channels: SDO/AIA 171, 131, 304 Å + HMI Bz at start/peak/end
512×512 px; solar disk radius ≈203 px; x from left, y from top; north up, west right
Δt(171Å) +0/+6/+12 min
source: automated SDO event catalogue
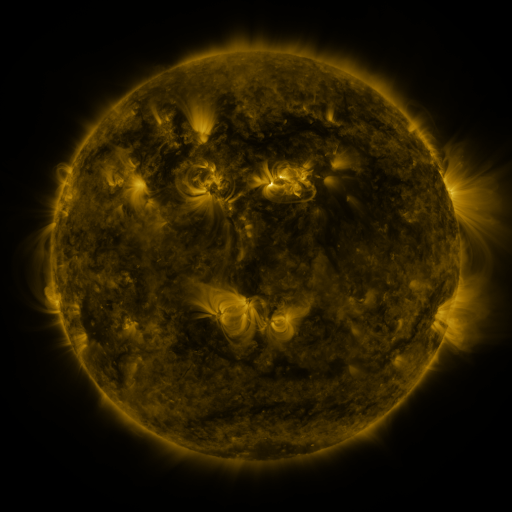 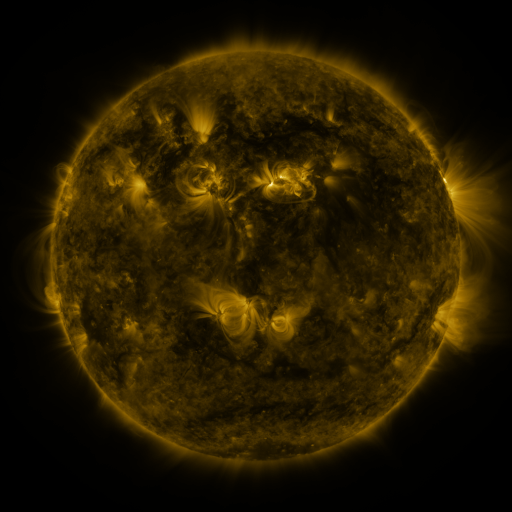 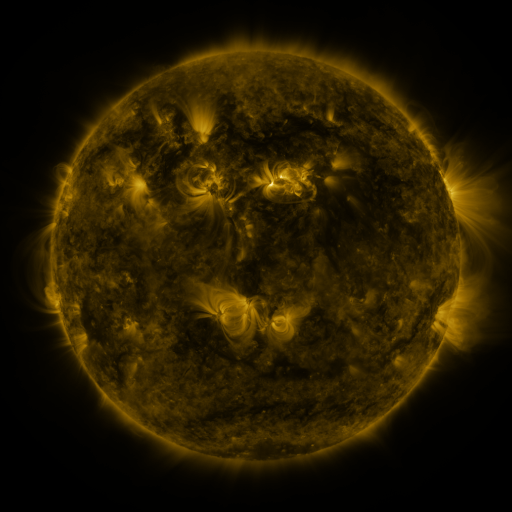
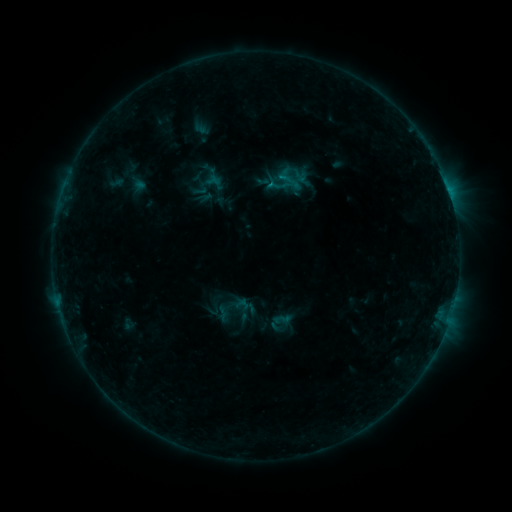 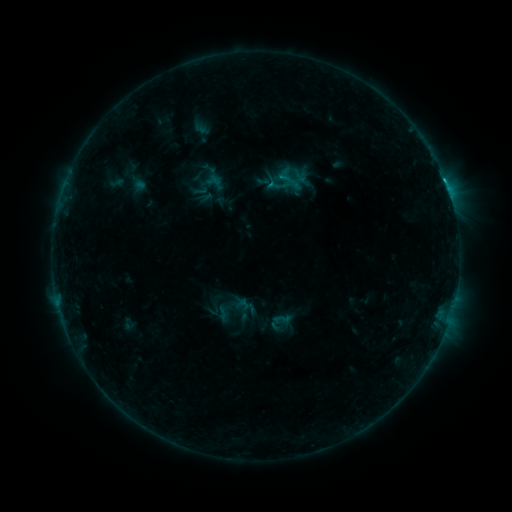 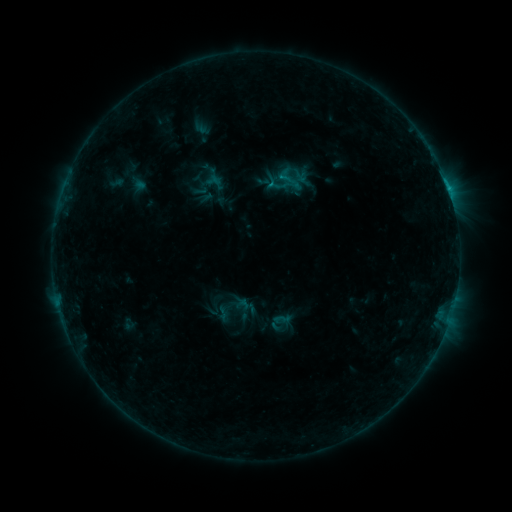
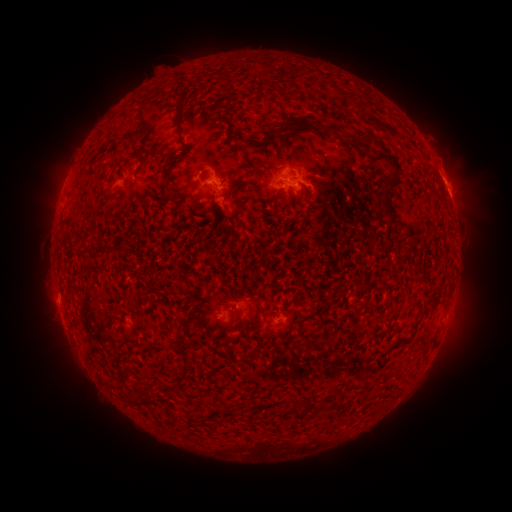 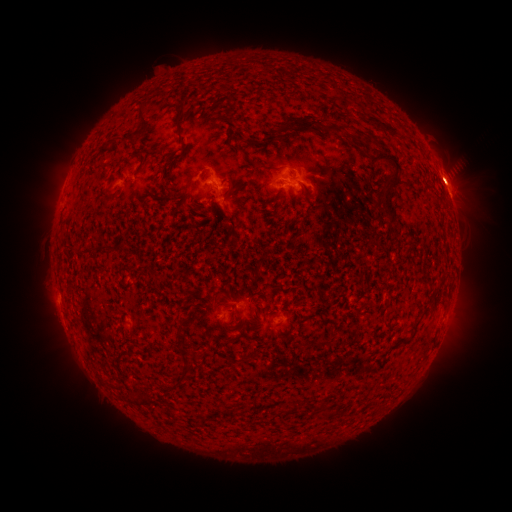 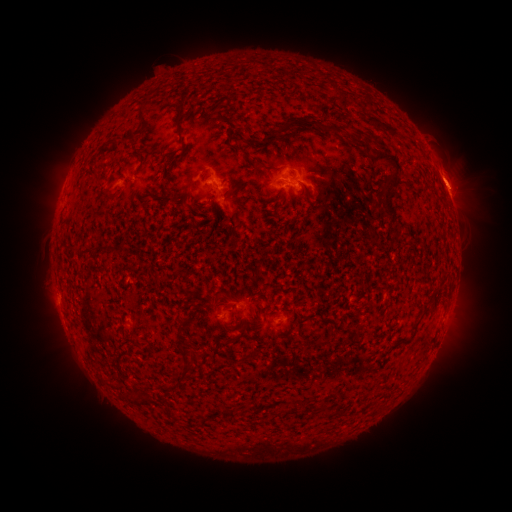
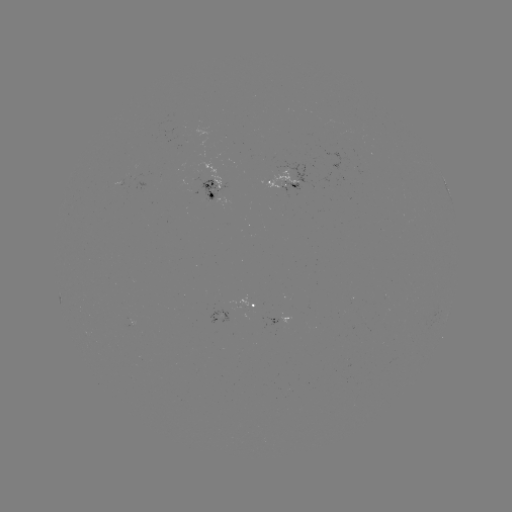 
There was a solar flare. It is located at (445, 182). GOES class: B6.7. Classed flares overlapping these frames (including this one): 1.